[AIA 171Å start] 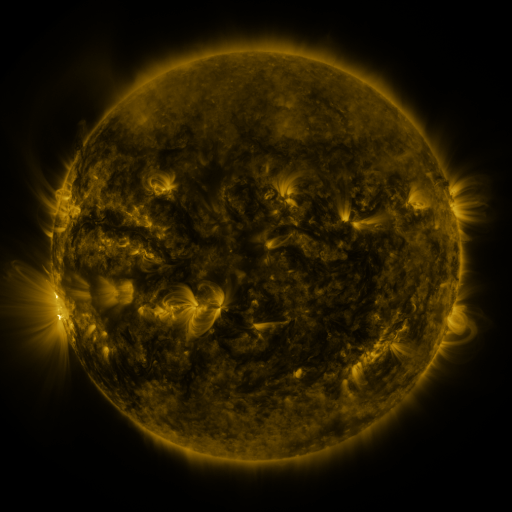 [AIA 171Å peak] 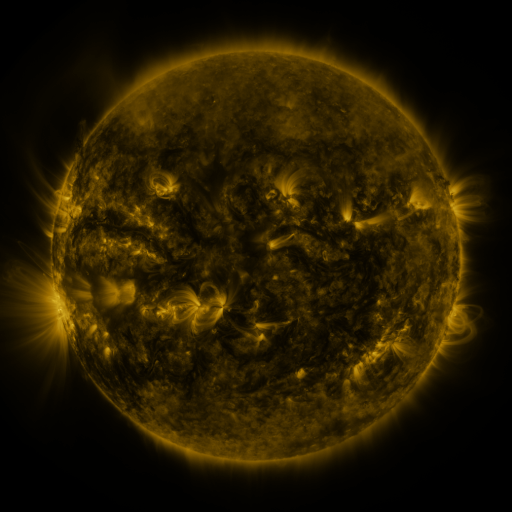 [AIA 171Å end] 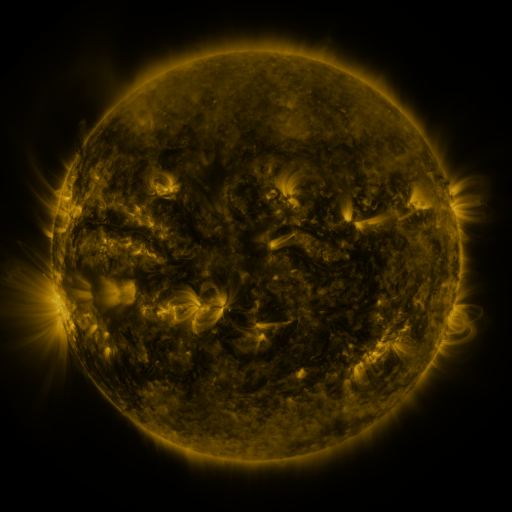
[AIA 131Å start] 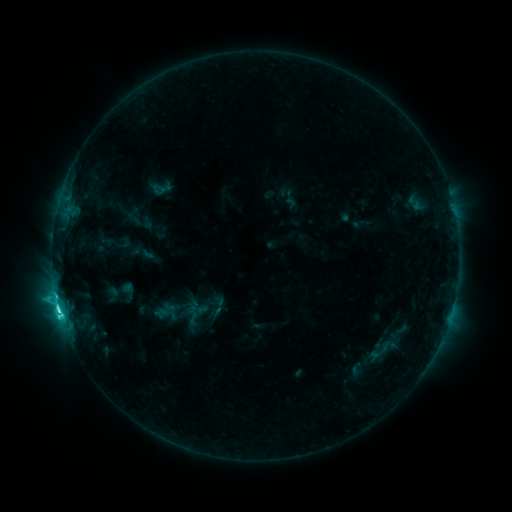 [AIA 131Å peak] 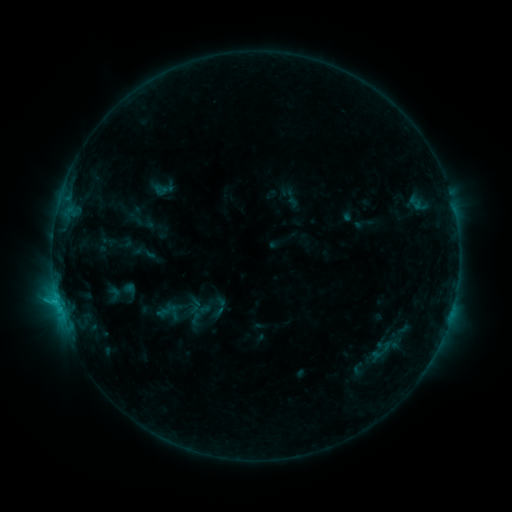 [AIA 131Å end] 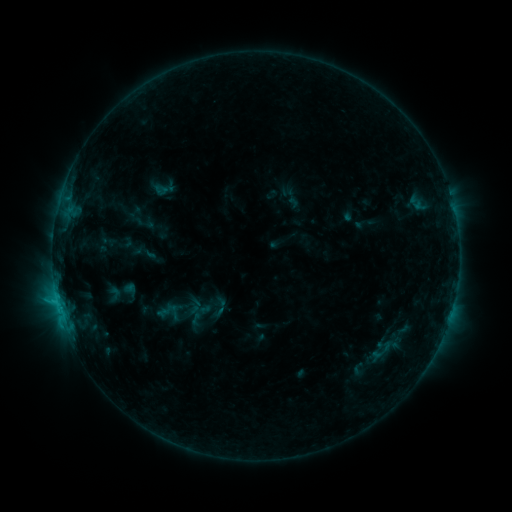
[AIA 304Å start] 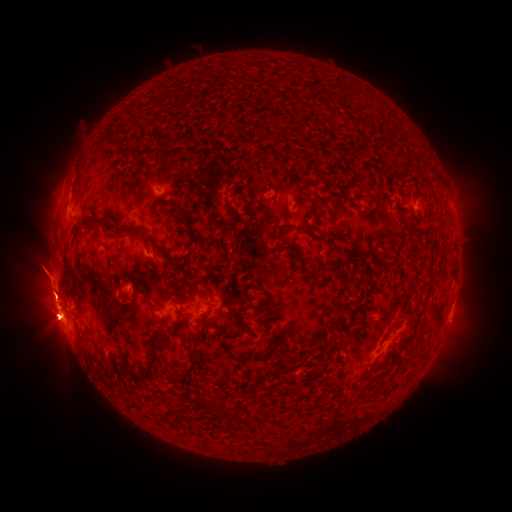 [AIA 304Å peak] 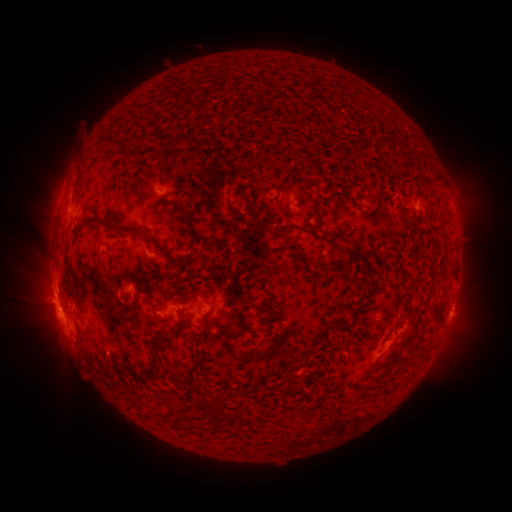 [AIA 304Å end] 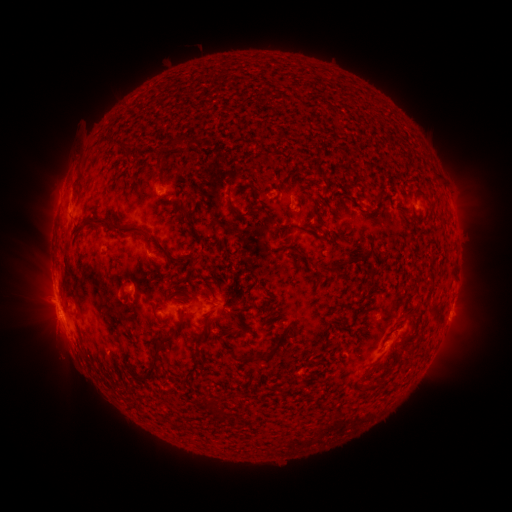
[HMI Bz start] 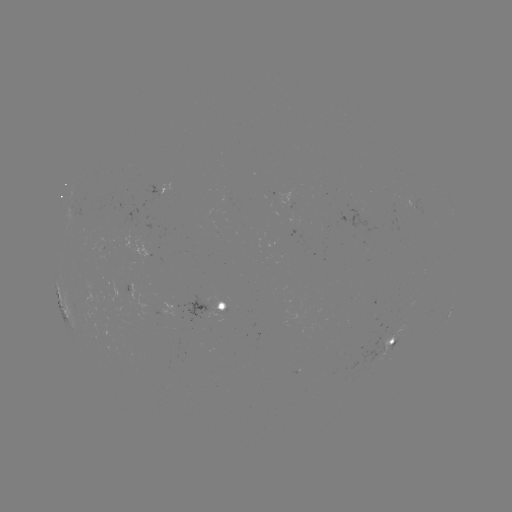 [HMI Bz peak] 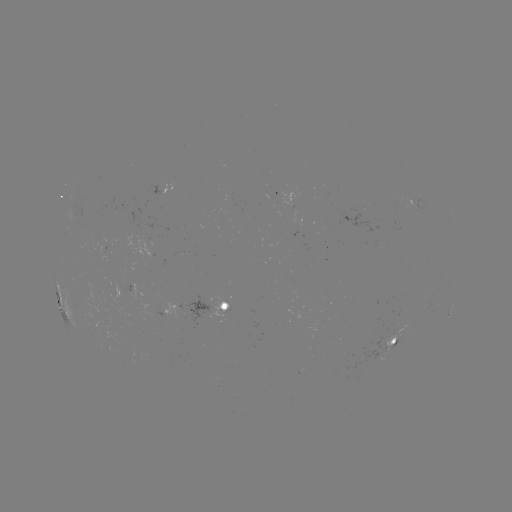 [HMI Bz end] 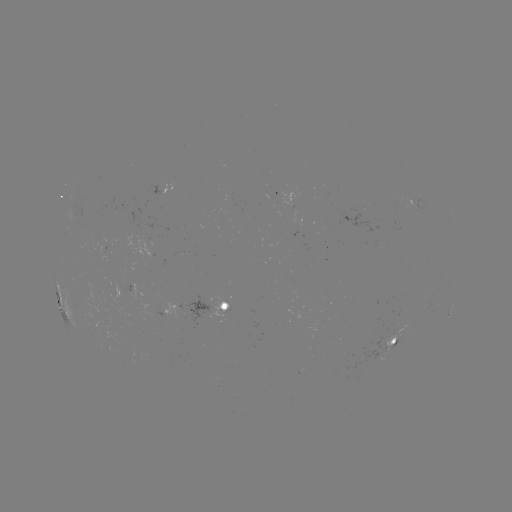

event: emerging-flux region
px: (380, 351)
